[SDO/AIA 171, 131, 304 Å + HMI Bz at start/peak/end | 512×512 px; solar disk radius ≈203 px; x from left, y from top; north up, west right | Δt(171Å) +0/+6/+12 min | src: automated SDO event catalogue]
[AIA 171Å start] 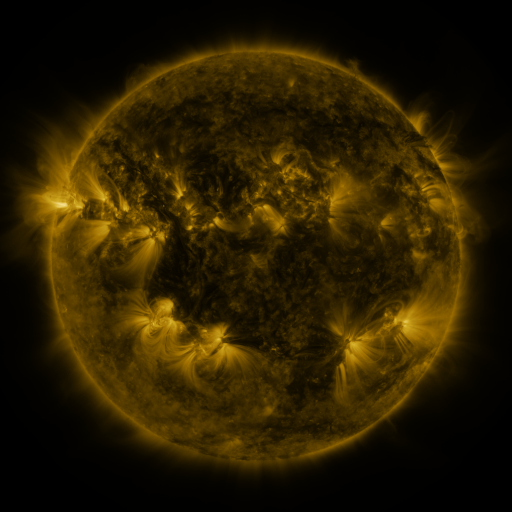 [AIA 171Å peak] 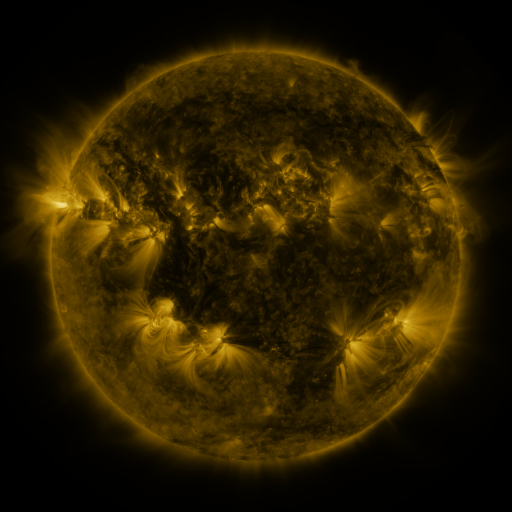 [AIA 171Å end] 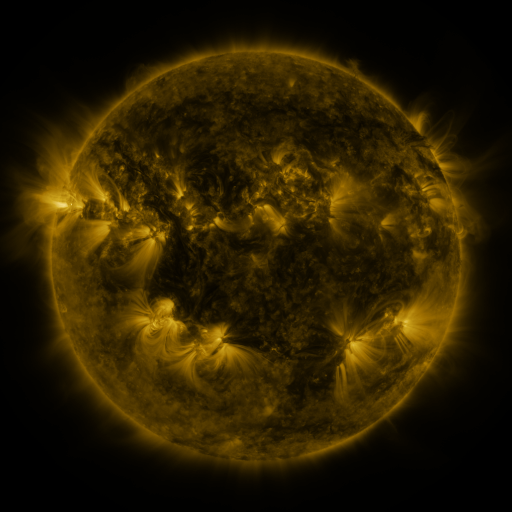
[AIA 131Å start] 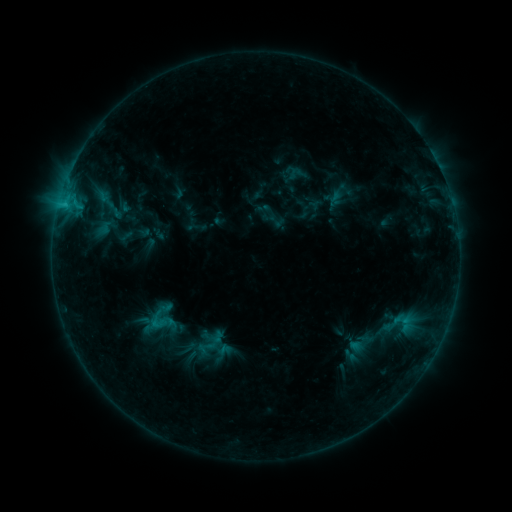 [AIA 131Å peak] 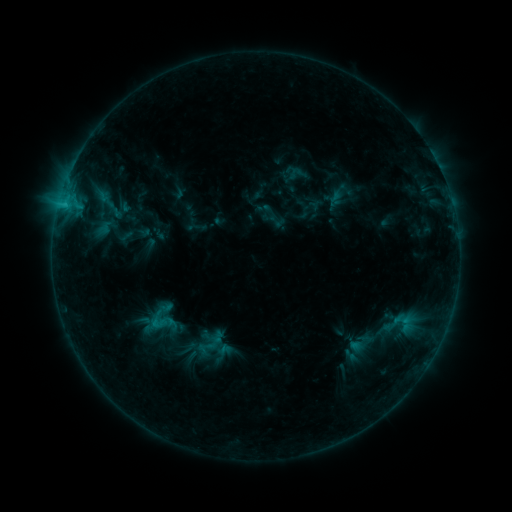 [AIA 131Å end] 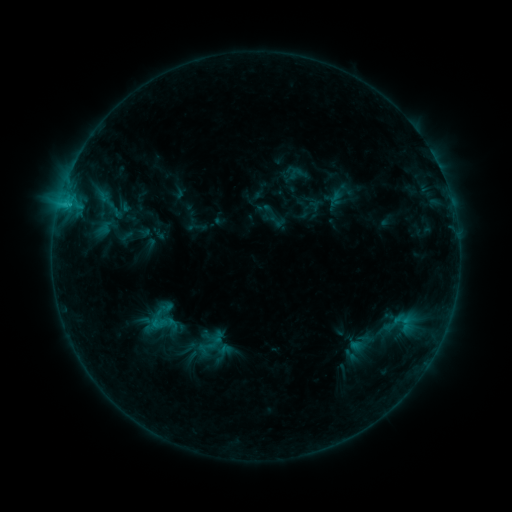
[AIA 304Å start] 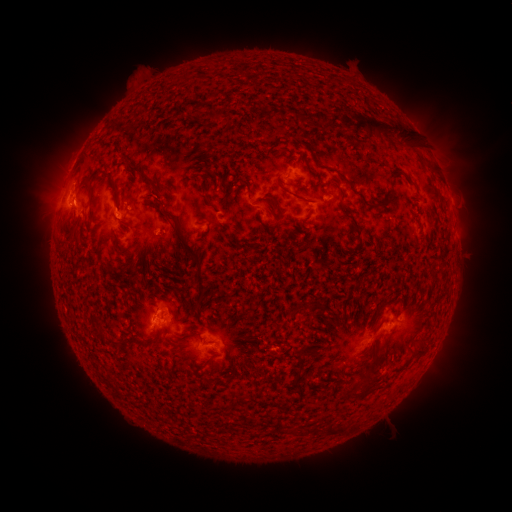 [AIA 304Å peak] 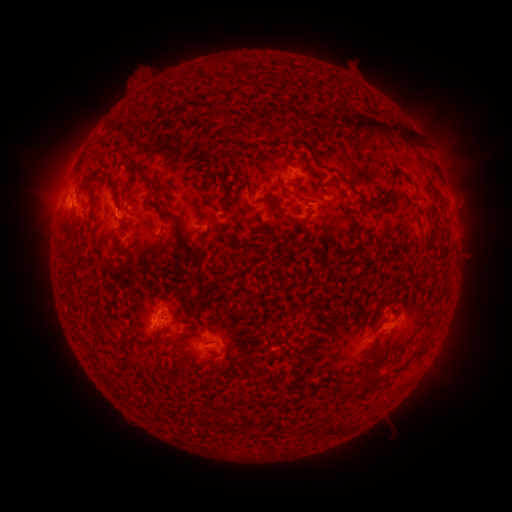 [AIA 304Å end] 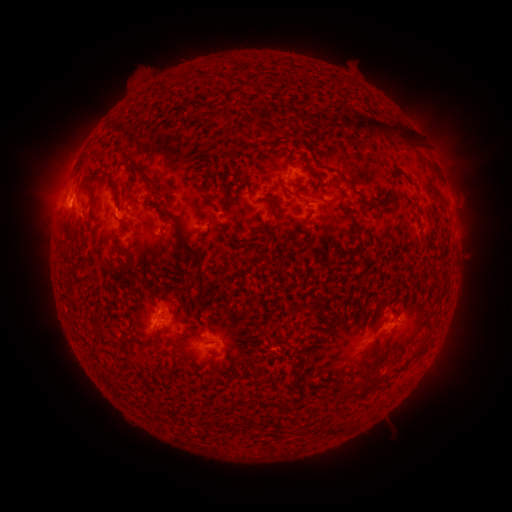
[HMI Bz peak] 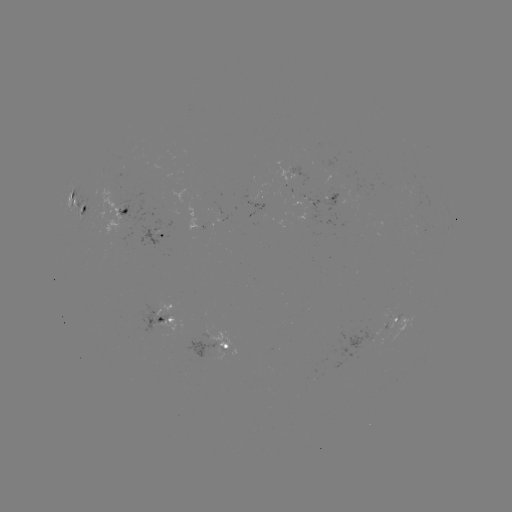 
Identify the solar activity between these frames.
B9.4 flare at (70, 205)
